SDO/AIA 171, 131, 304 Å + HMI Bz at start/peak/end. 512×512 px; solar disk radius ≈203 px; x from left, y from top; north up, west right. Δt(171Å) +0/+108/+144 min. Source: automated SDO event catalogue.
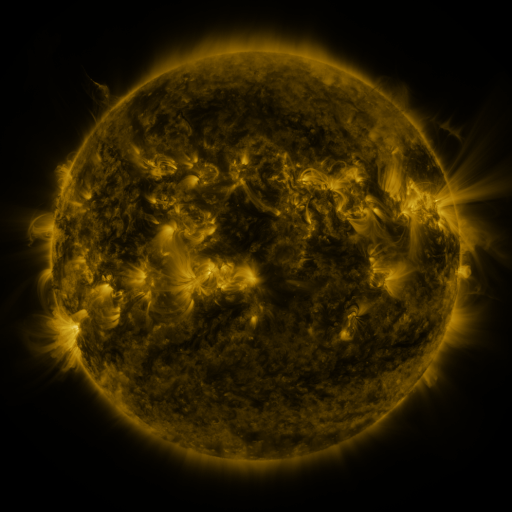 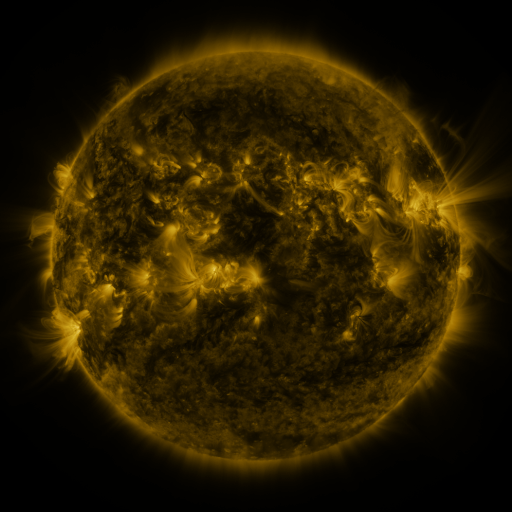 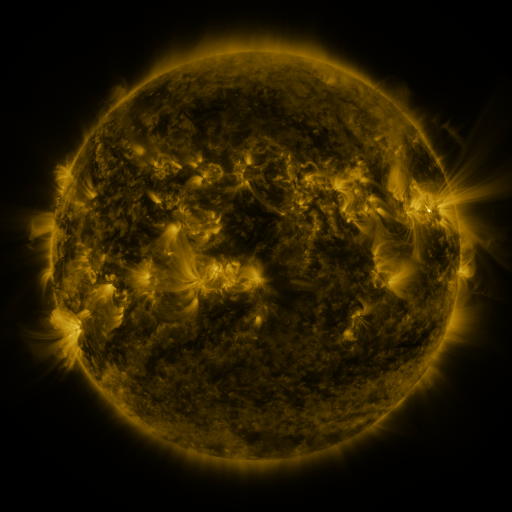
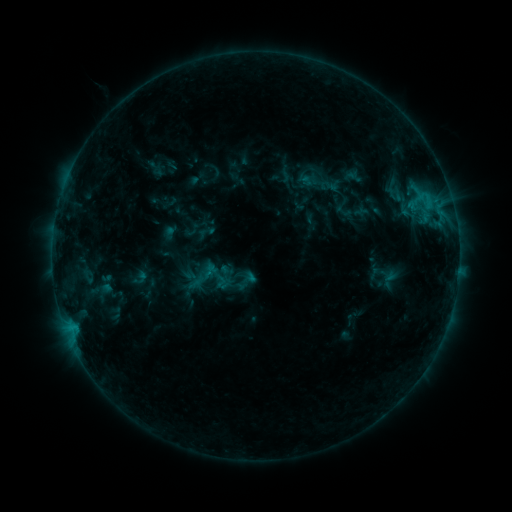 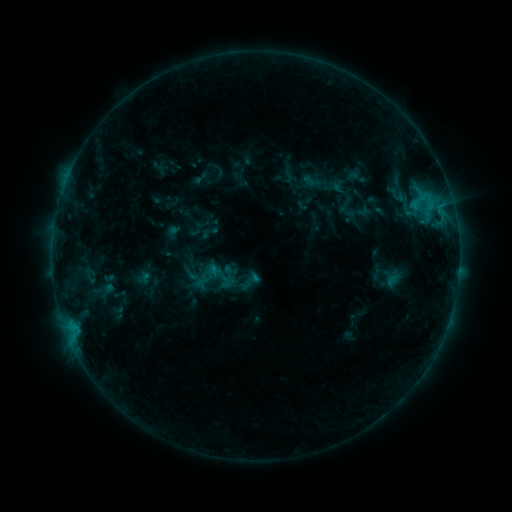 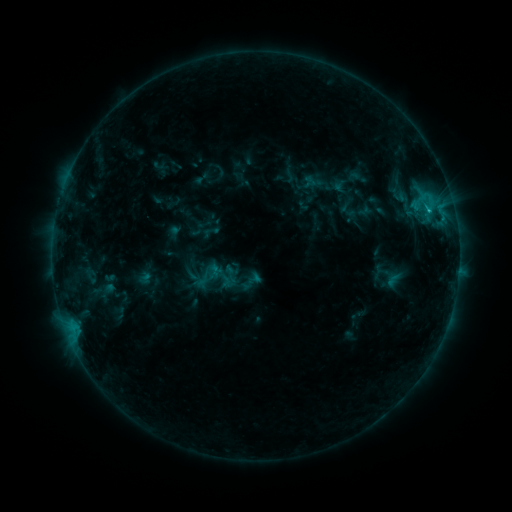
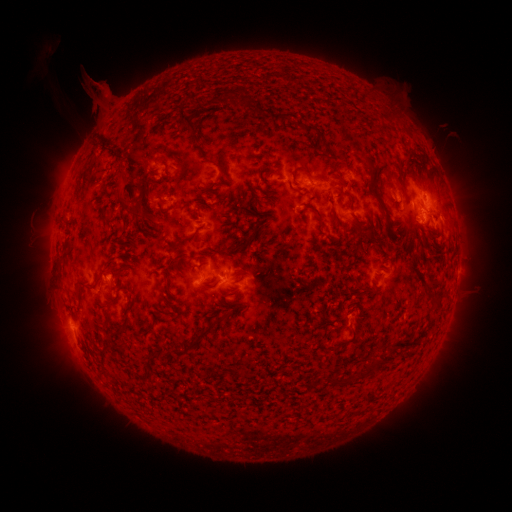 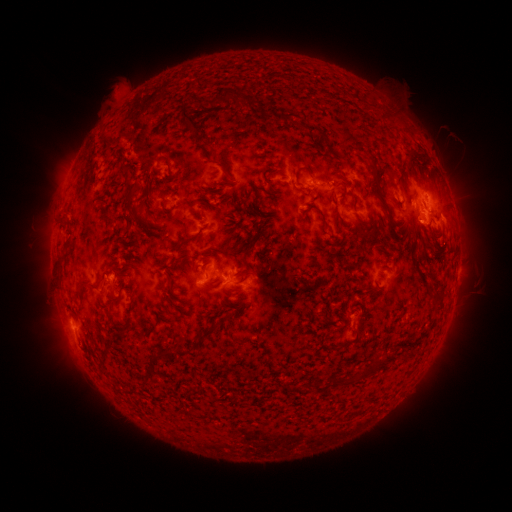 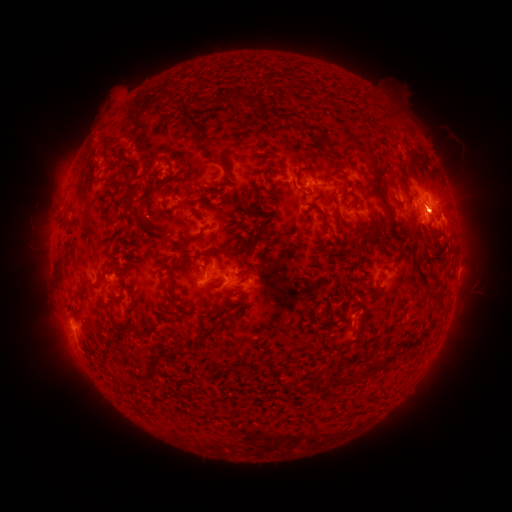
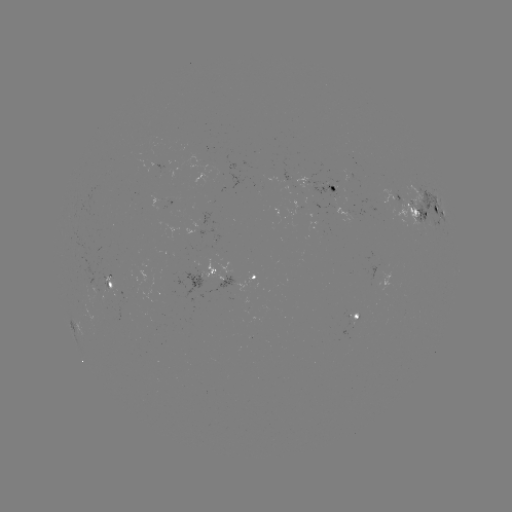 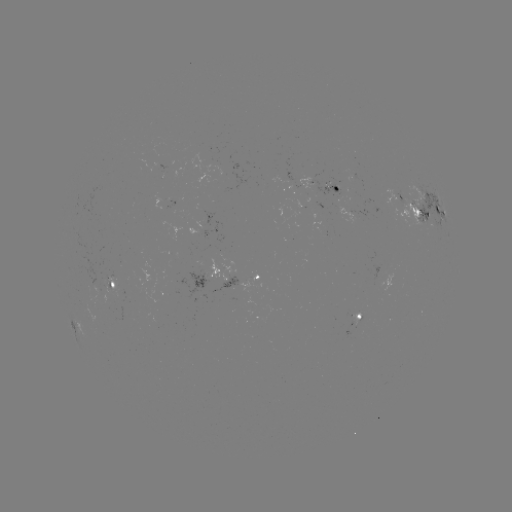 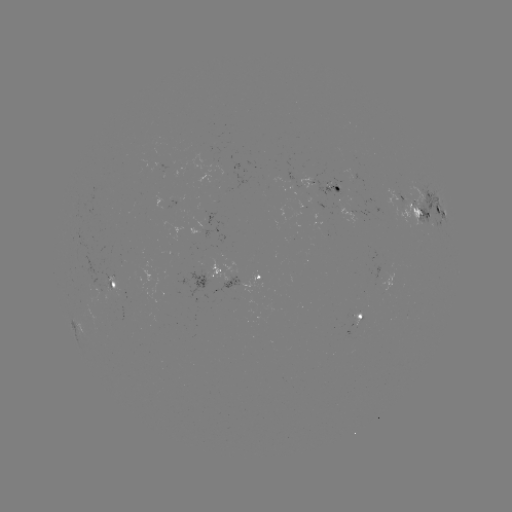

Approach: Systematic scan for emerging-flux region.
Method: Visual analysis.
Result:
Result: emerging-flux region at (106, 281).